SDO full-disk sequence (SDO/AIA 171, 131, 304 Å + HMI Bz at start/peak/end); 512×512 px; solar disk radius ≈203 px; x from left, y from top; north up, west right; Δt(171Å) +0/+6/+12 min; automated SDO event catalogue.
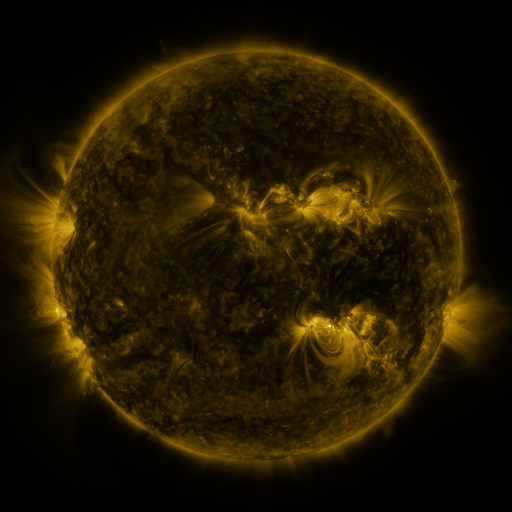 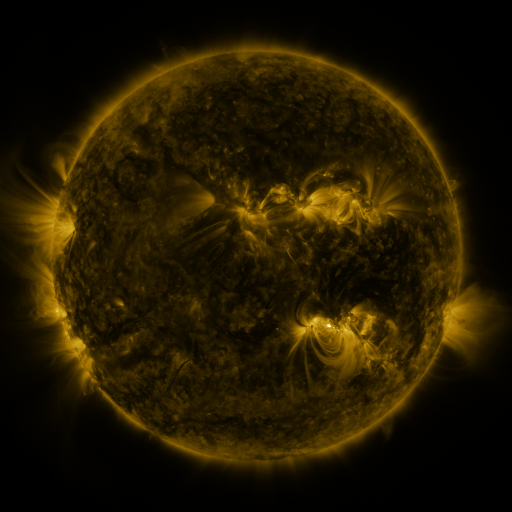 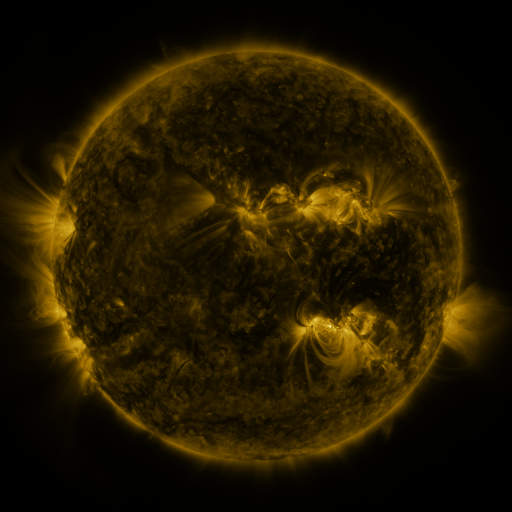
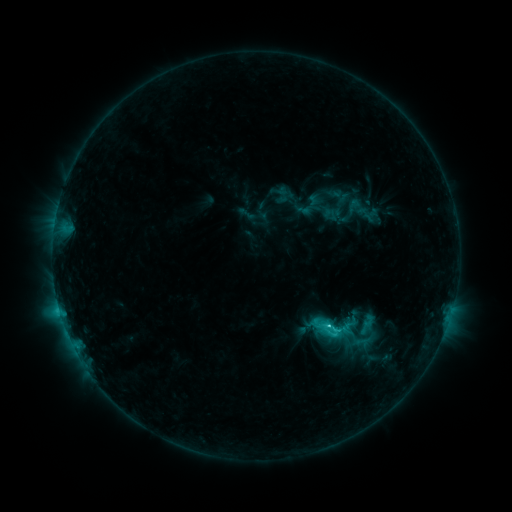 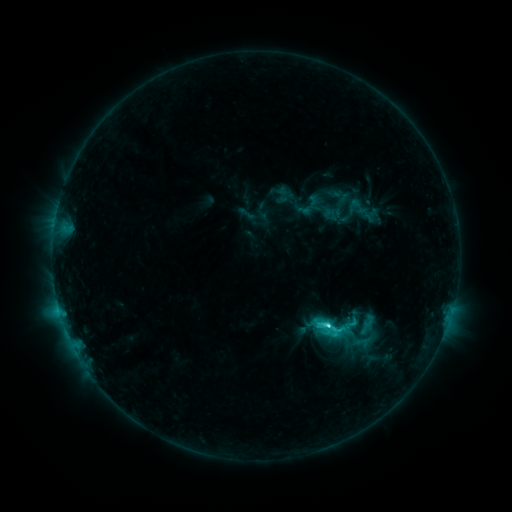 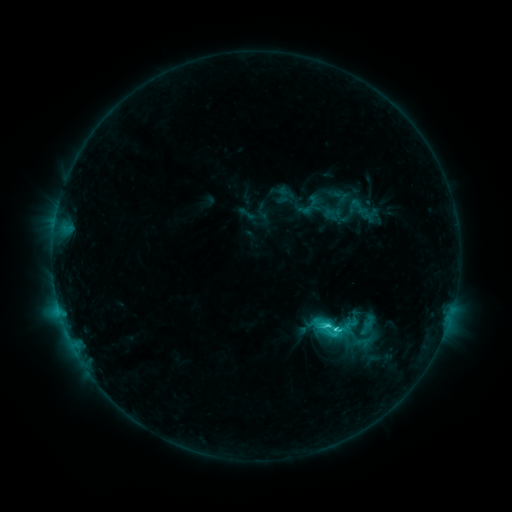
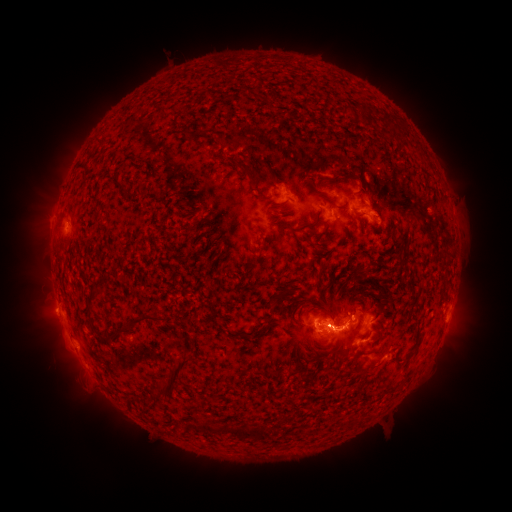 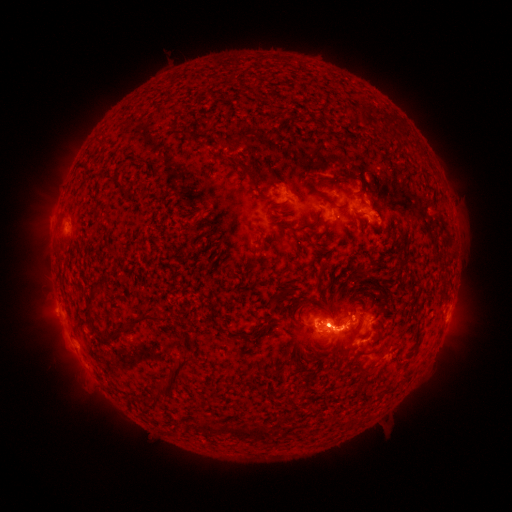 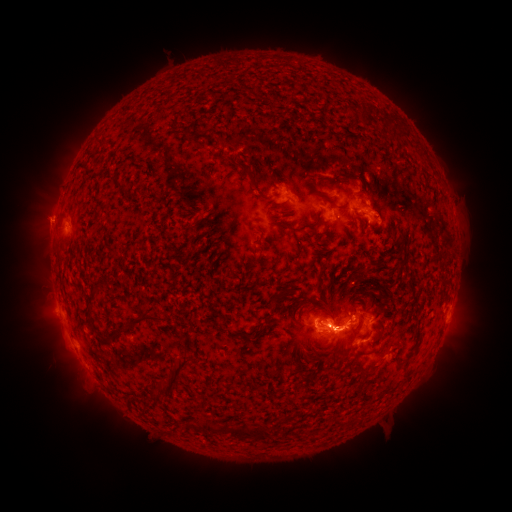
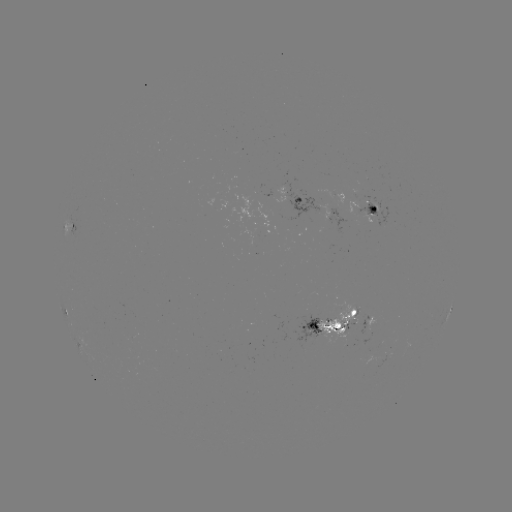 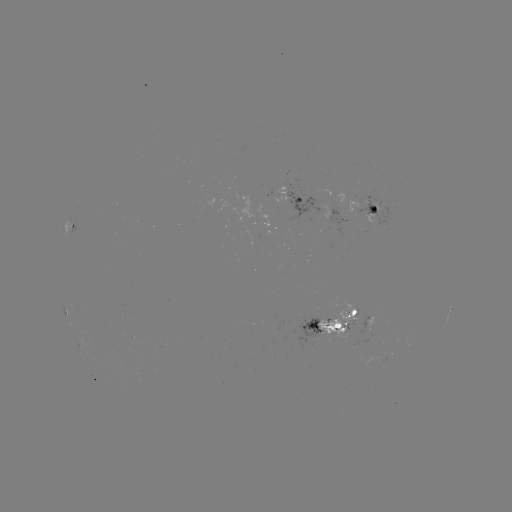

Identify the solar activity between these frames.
eruption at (346, 248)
